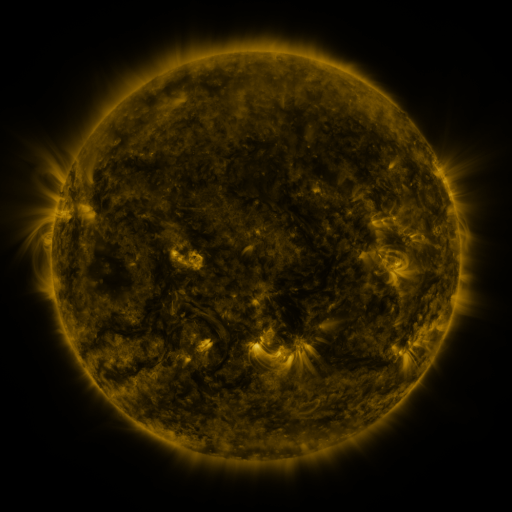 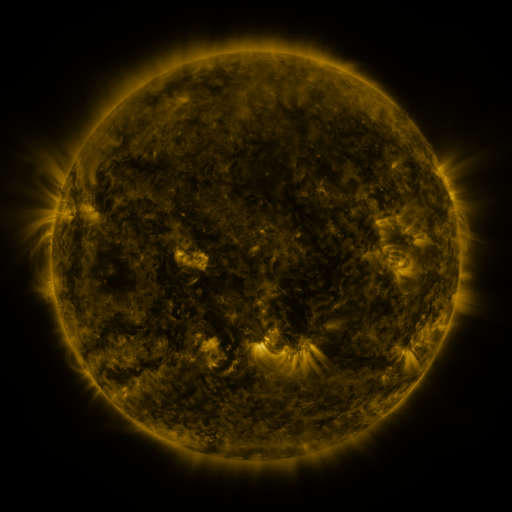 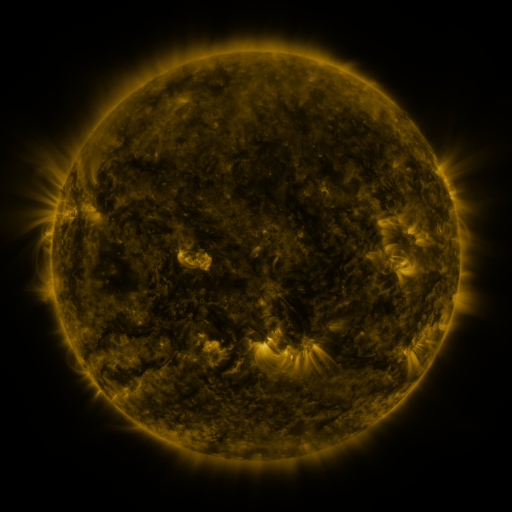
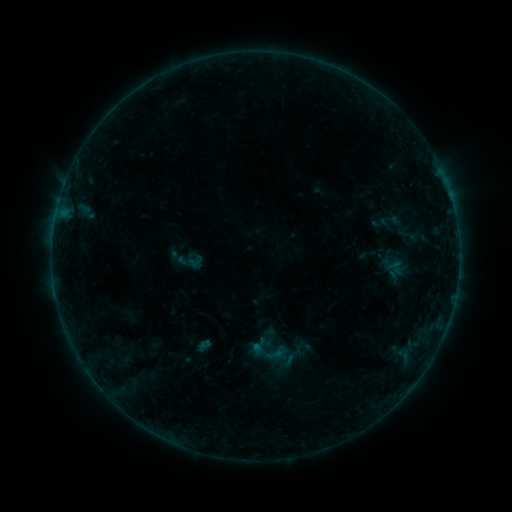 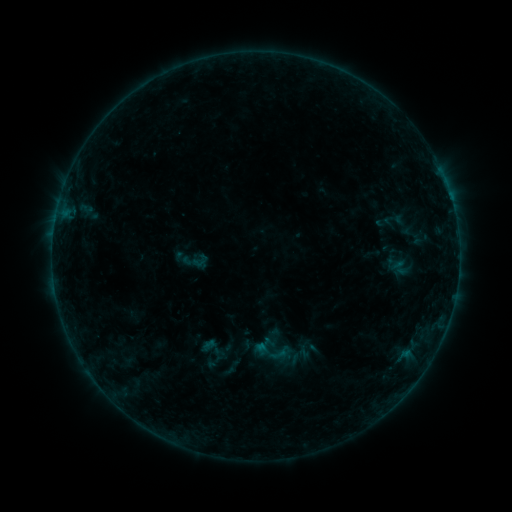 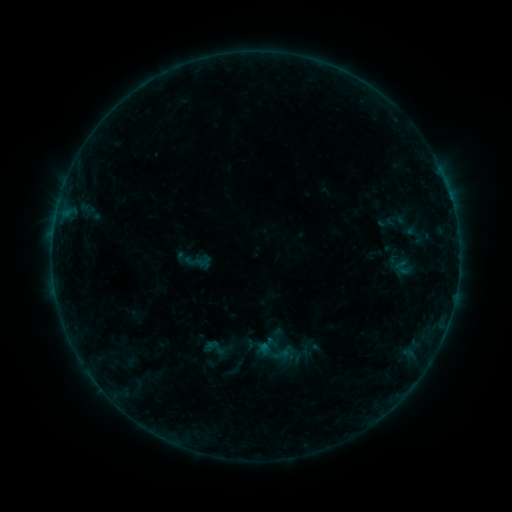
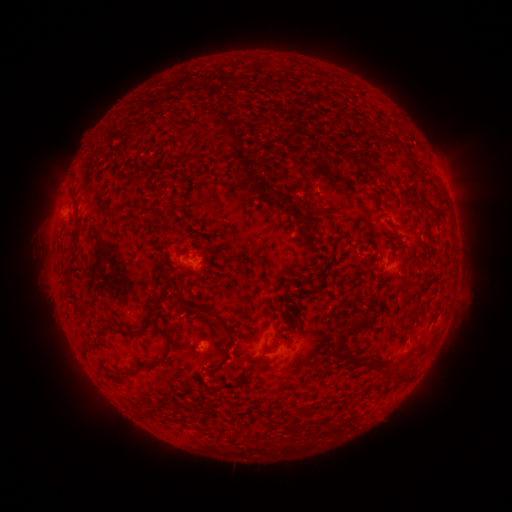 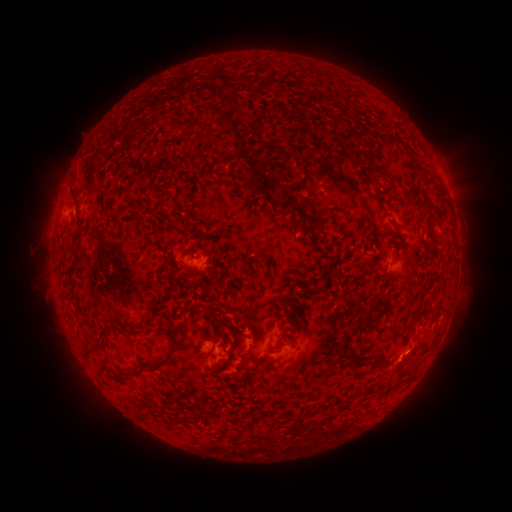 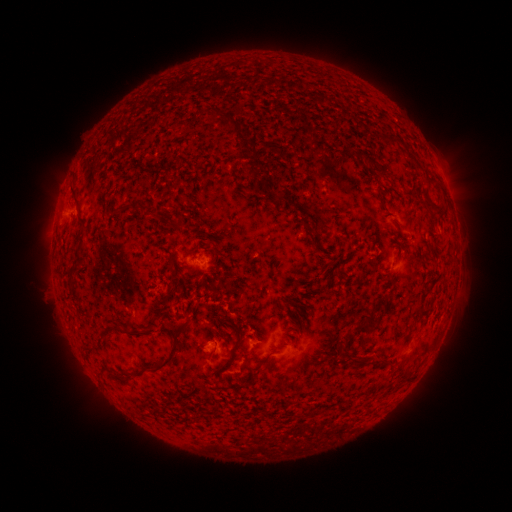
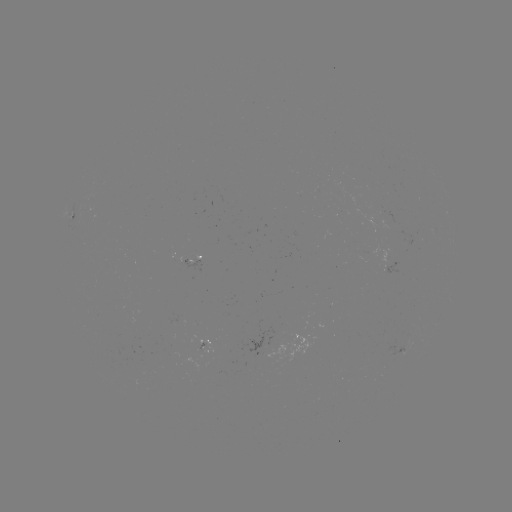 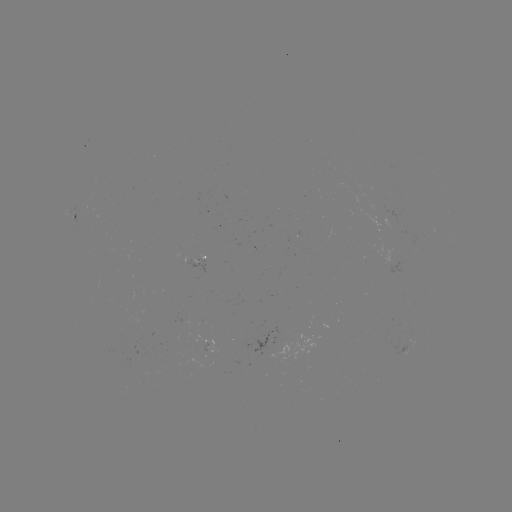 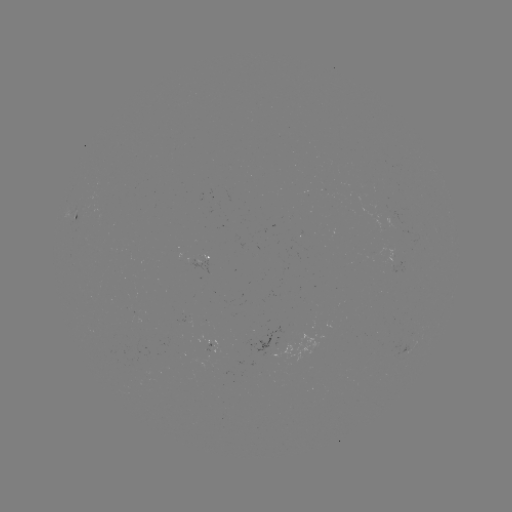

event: flare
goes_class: B3.2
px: (406, 351)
